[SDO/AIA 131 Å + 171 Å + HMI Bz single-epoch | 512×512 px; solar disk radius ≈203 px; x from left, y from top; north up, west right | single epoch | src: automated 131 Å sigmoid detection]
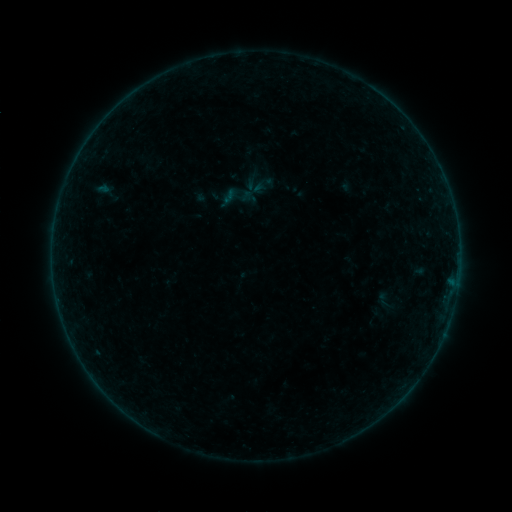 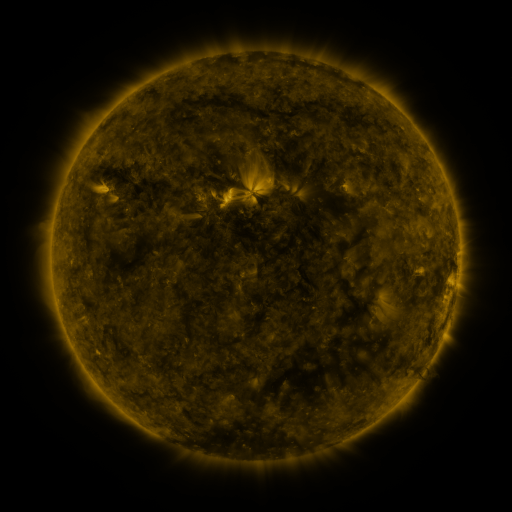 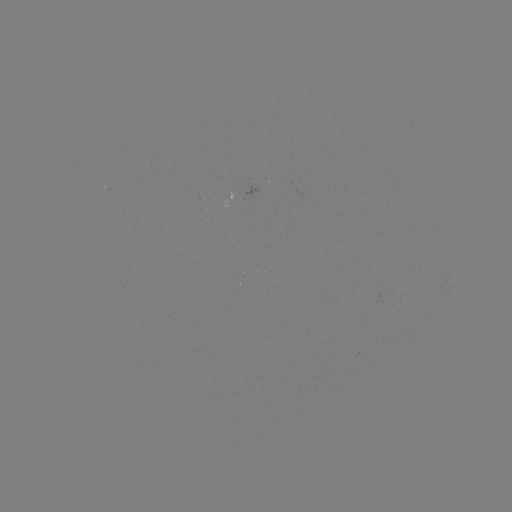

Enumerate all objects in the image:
sigmoid: (237, 197)
